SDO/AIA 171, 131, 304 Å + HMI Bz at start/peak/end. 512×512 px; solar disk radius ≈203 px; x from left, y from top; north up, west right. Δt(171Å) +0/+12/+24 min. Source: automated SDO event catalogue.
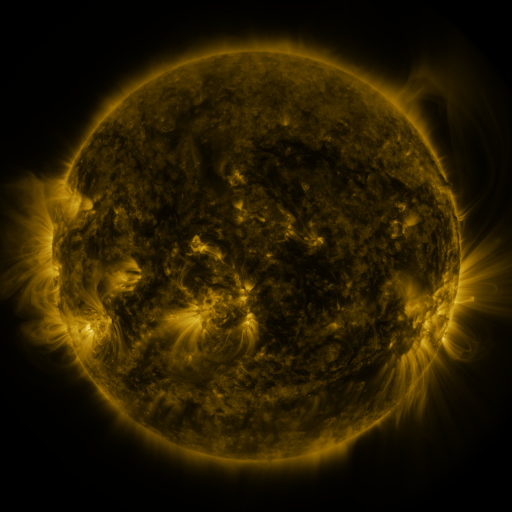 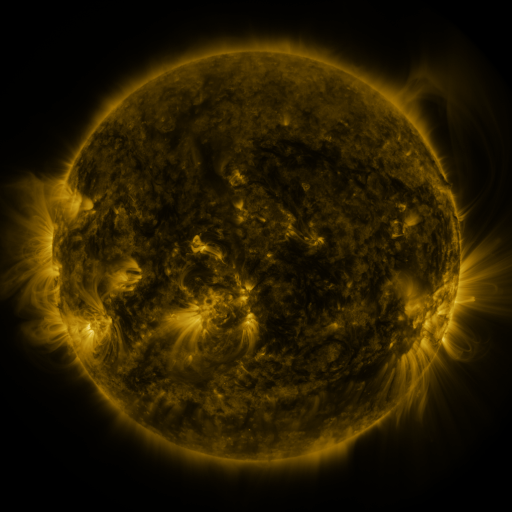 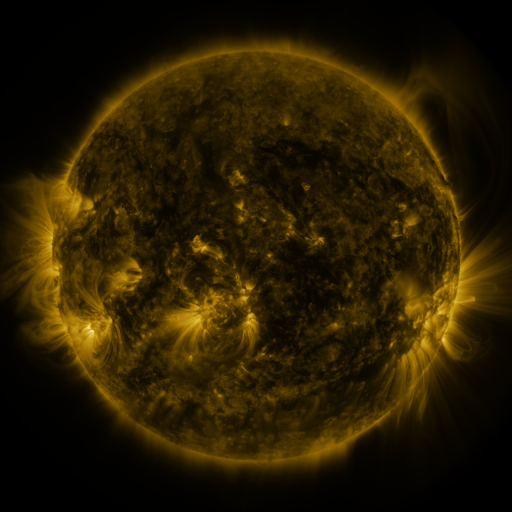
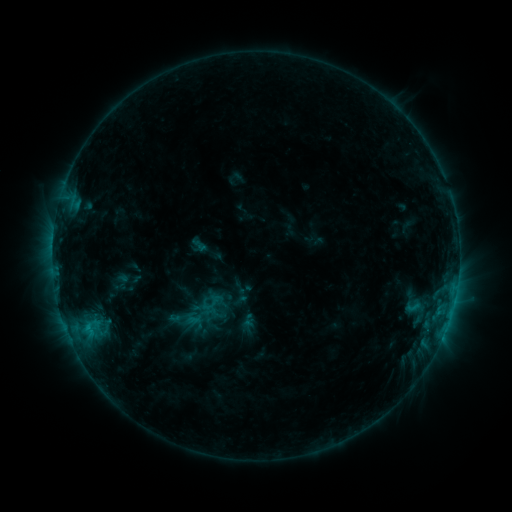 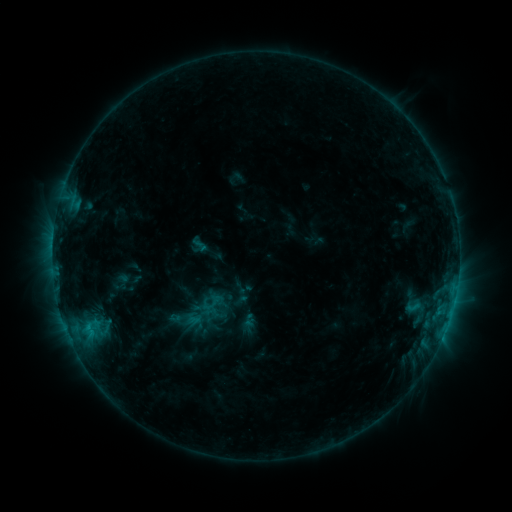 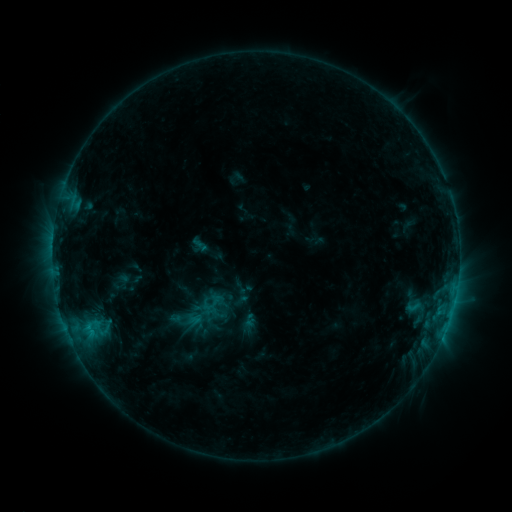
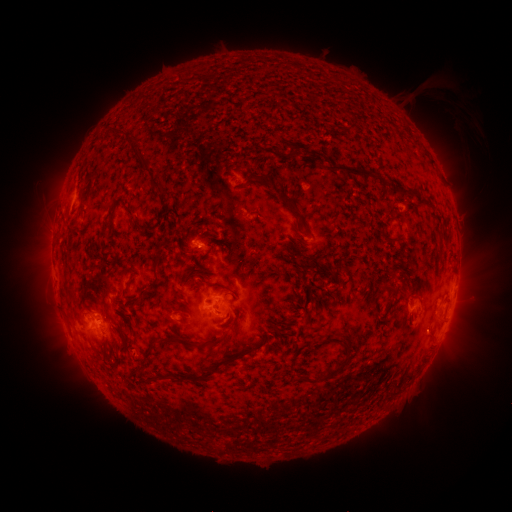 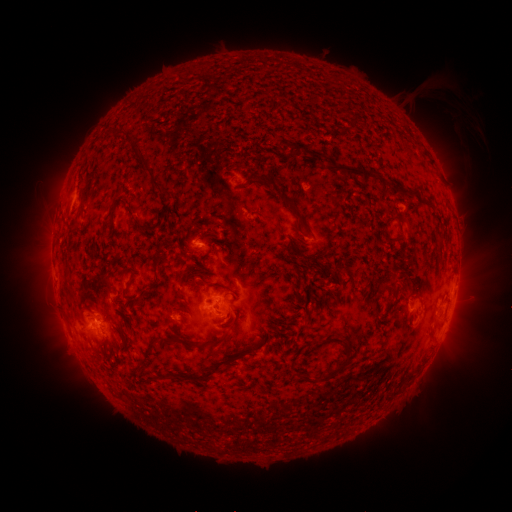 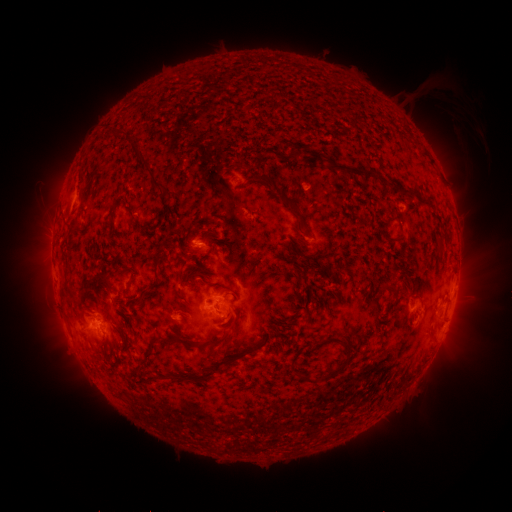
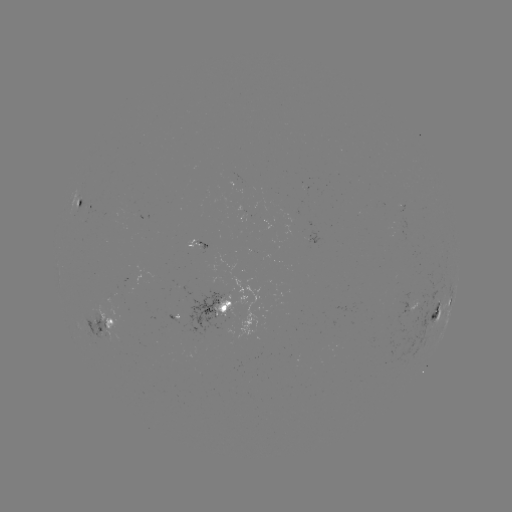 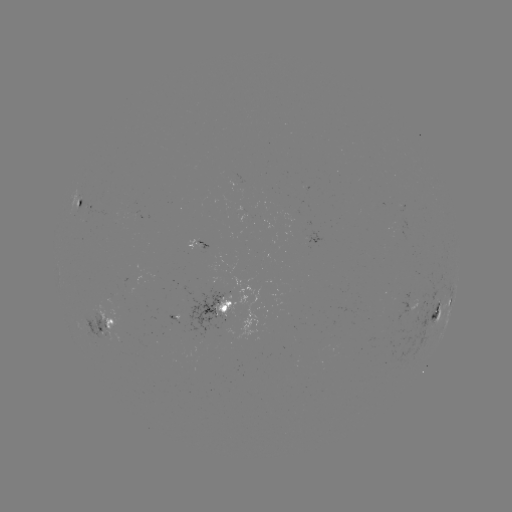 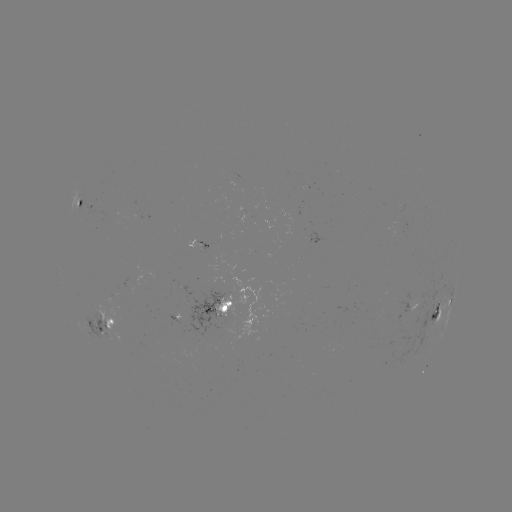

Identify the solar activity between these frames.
nothing was catalogued: no classed flare, no EUV trigger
